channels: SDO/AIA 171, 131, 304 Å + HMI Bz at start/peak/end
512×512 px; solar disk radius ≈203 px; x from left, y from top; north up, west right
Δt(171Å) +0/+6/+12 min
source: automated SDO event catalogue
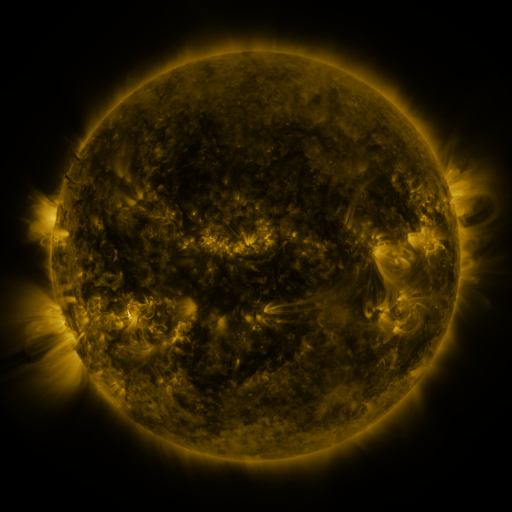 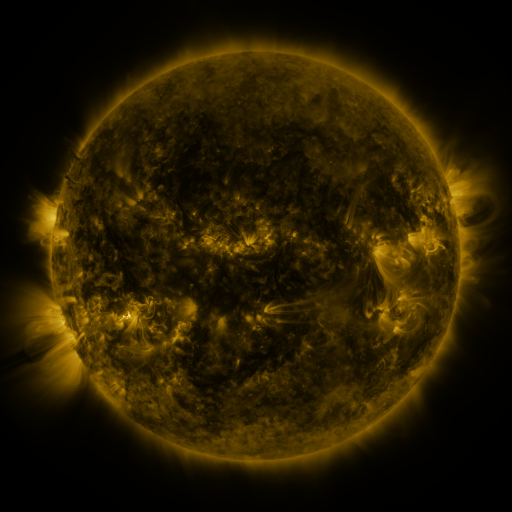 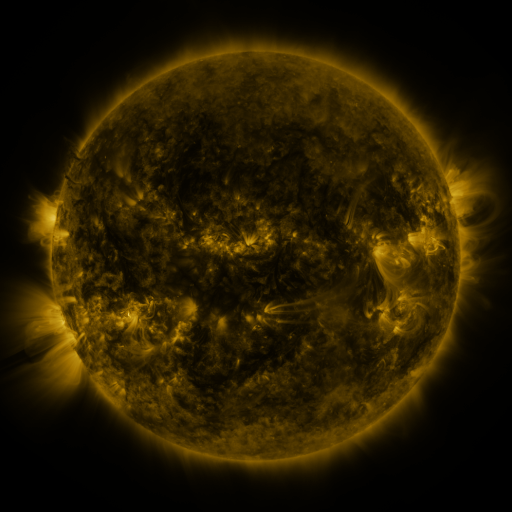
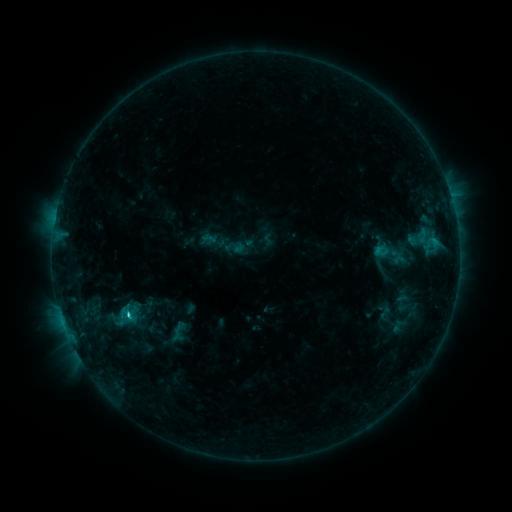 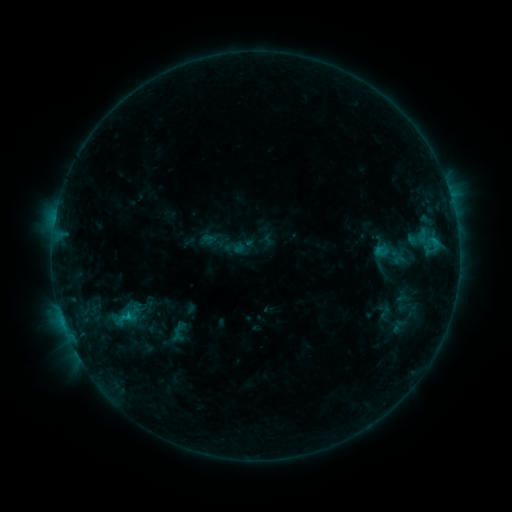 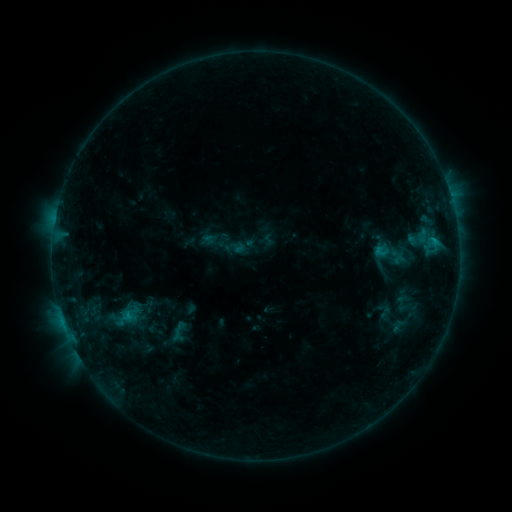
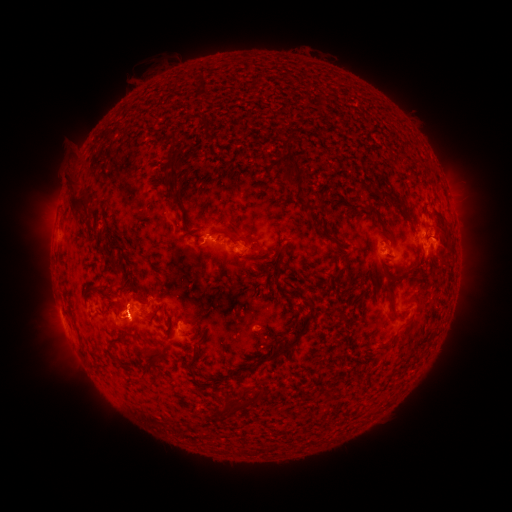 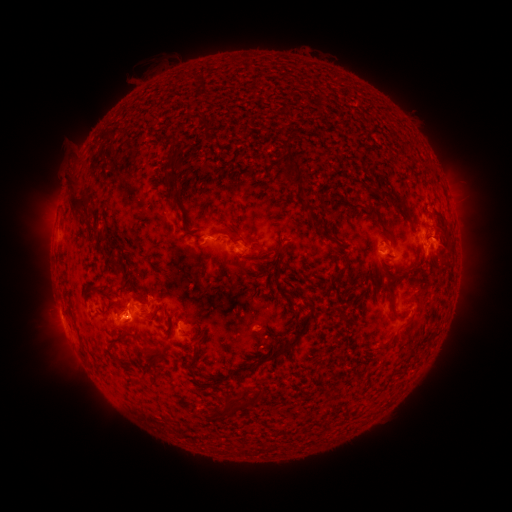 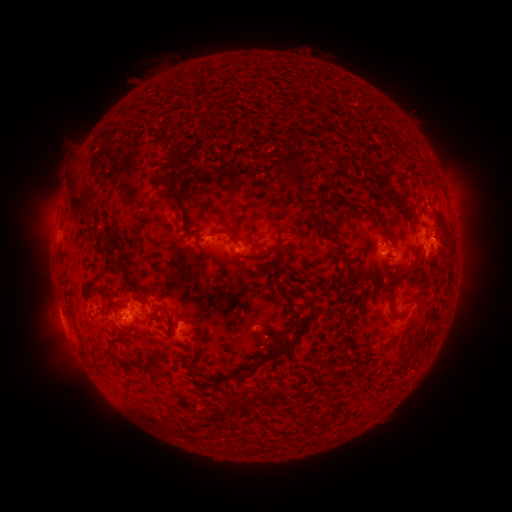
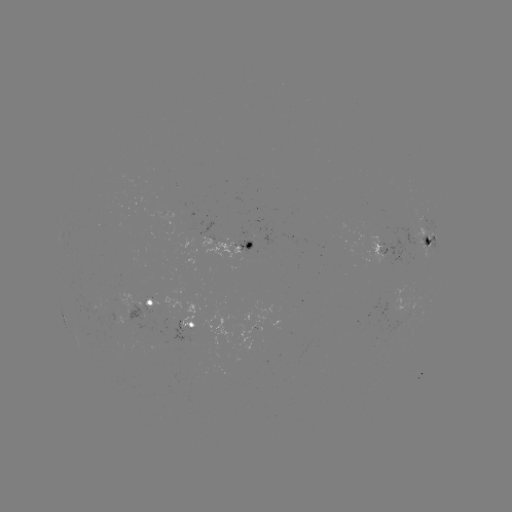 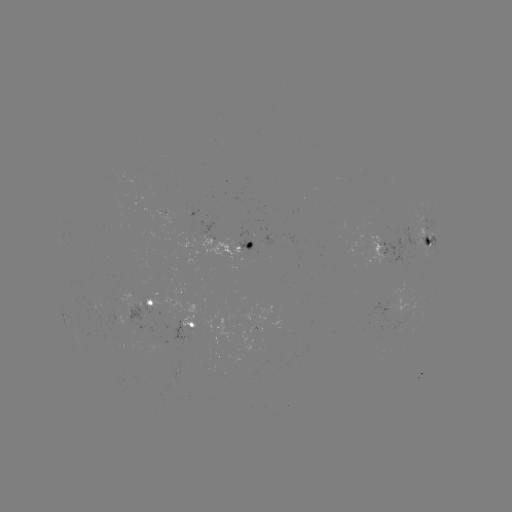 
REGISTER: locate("eruption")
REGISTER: (124, 326)